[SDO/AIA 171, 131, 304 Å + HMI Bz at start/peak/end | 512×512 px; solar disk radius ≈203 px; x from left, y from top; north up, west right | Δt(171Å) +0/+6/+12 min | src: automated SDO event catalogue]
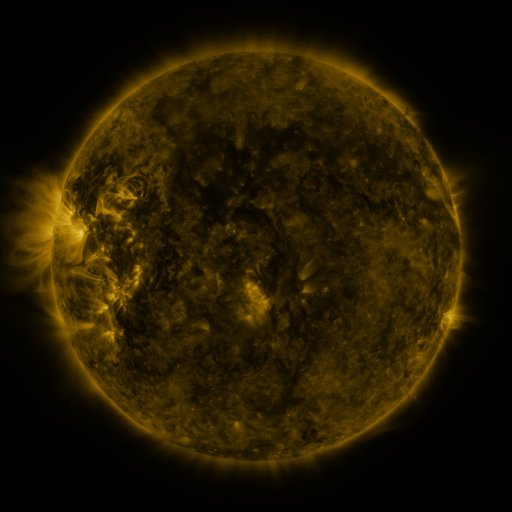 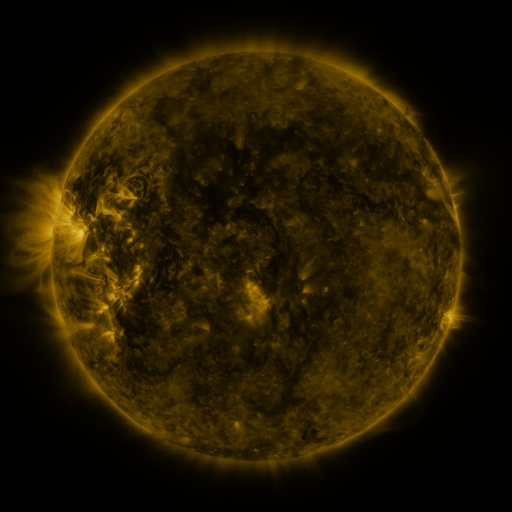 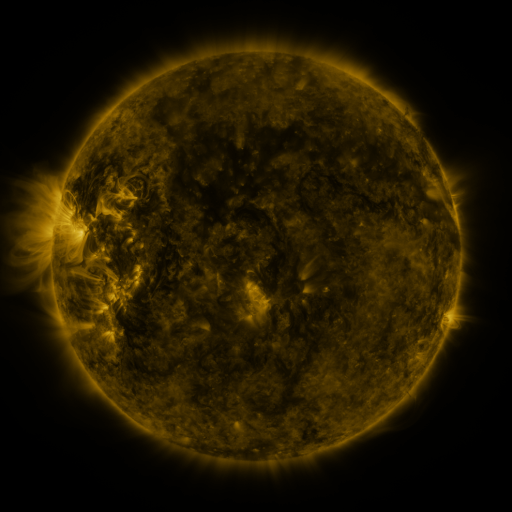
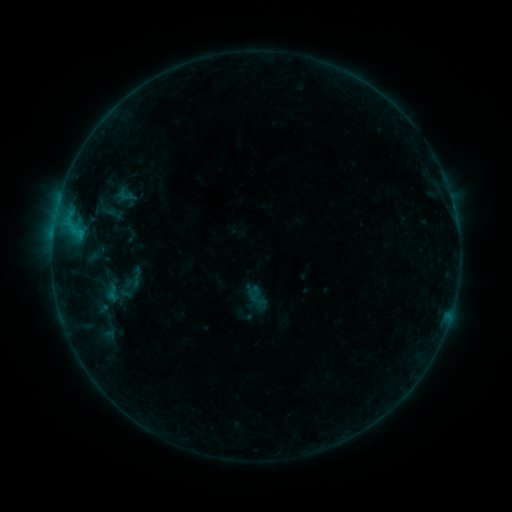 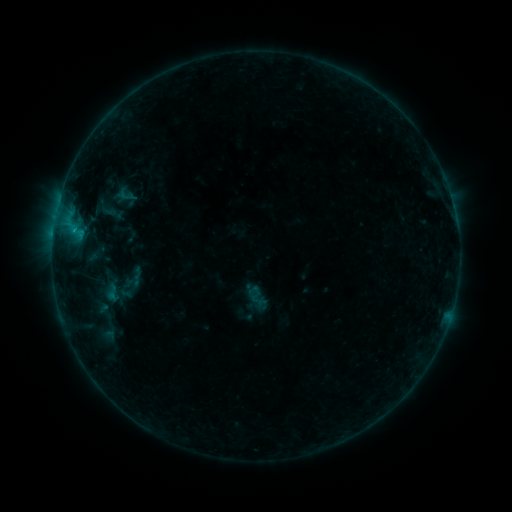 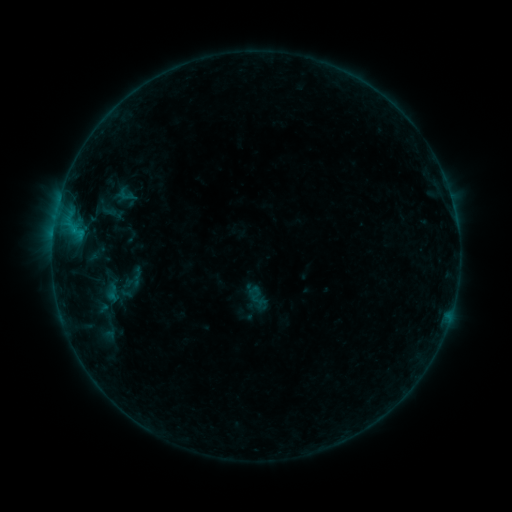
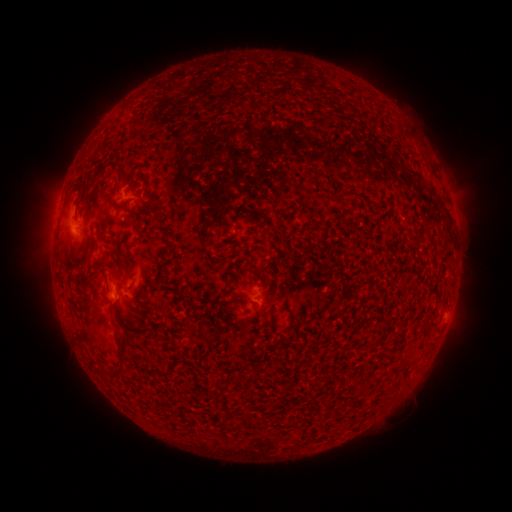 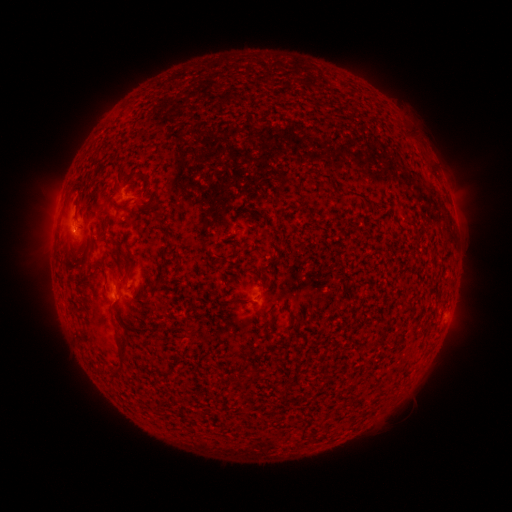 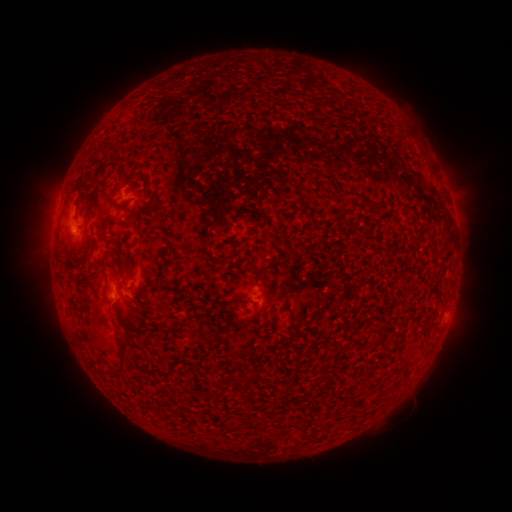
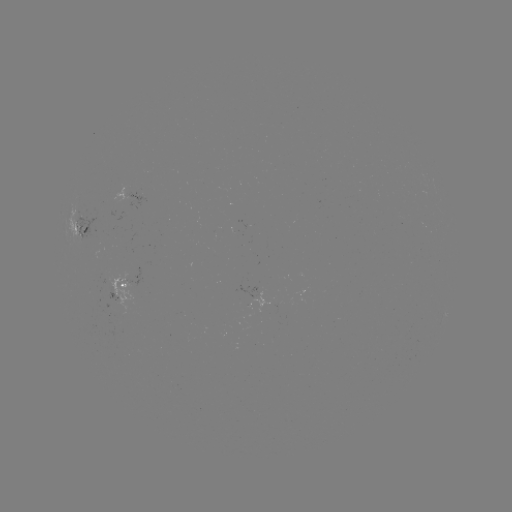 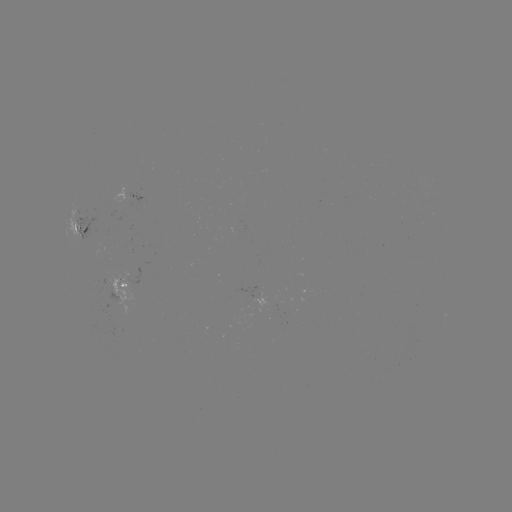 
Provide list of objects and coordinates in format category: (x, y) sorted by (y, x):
B3.4 flare: (74, 233)
